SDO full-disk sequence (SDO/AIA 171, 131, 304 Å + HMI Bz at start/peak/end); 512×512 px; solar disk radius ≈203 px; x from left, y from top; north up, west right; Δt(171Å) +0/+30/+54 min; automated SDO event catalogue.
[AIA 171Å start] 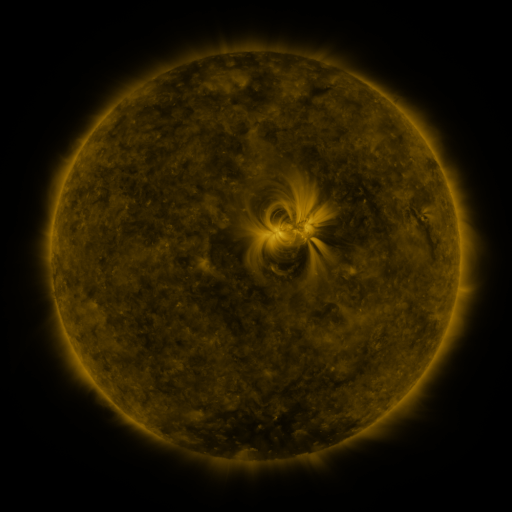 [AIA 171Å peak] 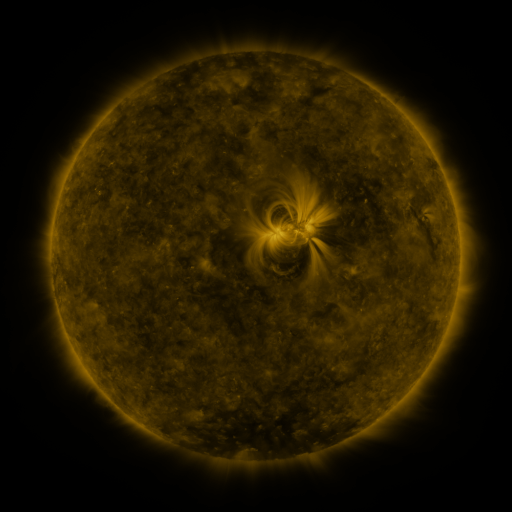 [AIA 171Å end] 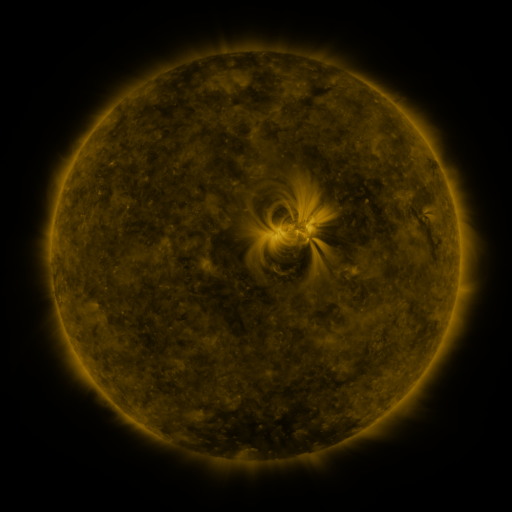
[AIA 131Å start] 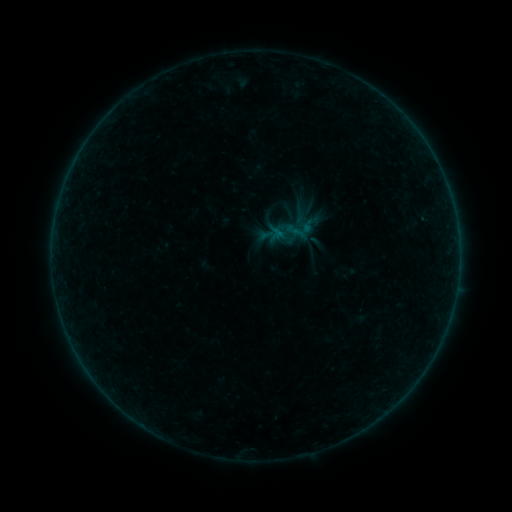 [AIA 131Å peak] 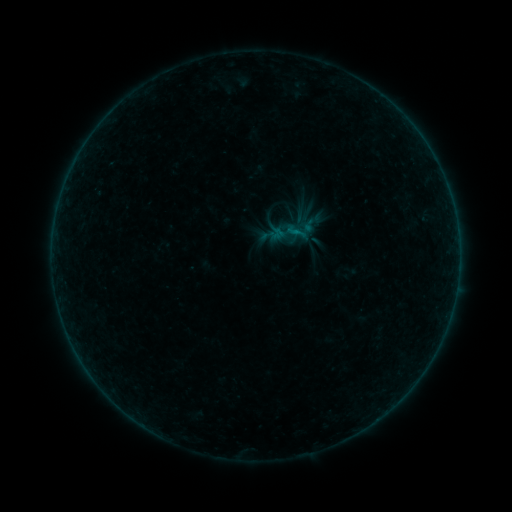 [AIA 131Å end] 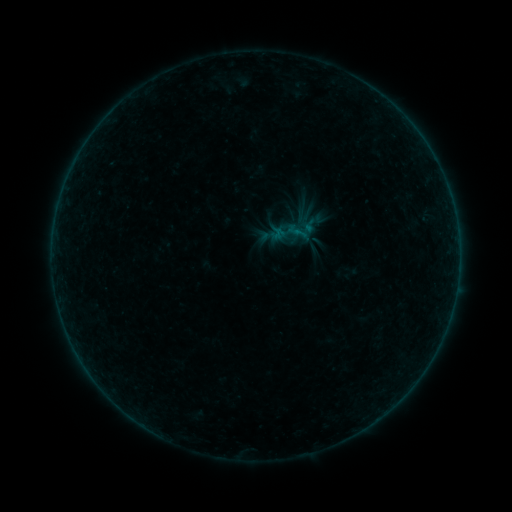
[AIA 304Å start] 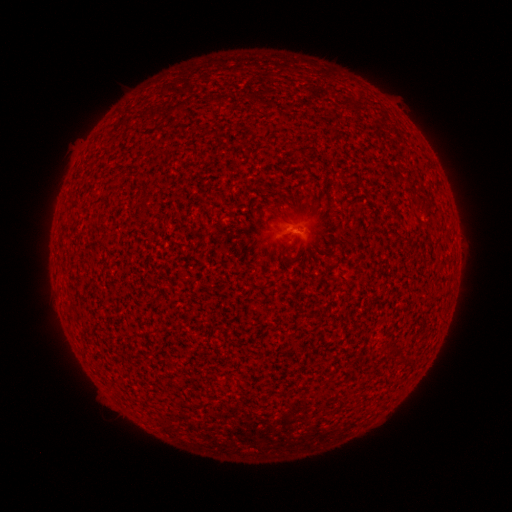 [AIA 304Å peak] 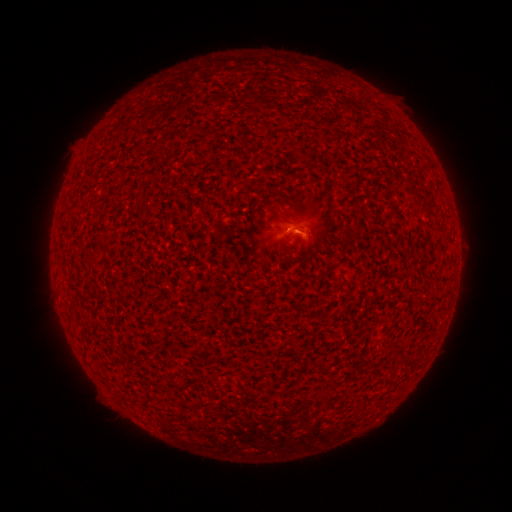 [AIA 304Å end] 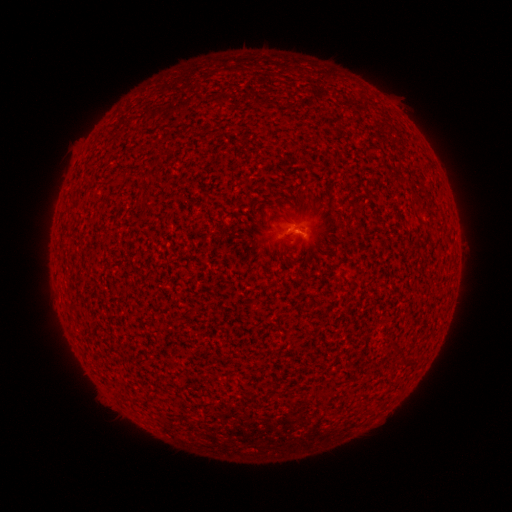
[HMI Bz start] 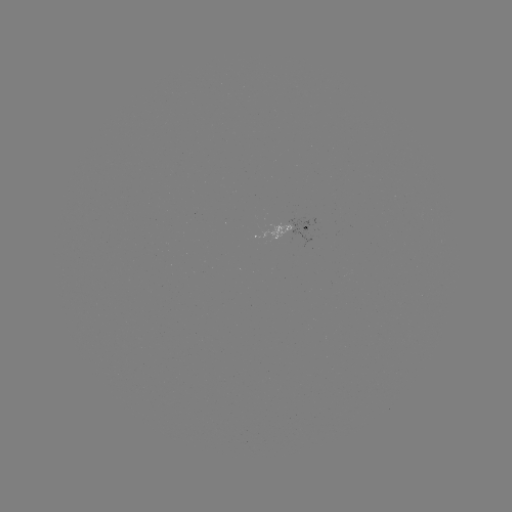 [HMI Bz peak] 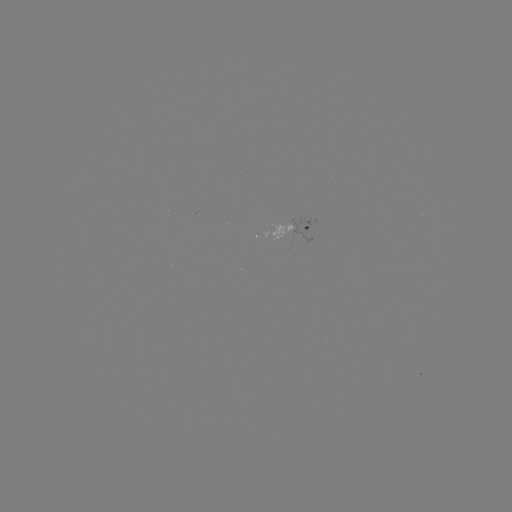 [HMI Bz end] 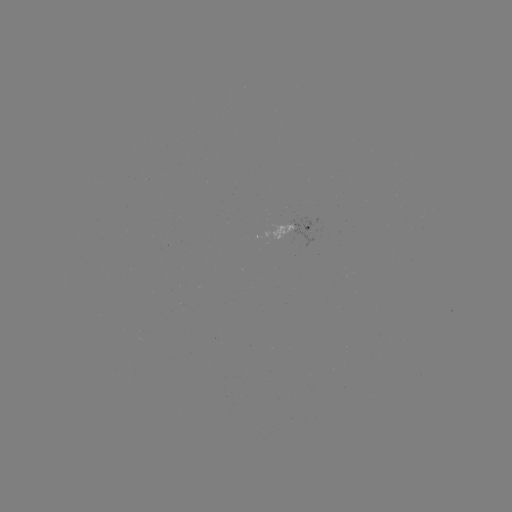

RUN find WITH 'B1.3 flare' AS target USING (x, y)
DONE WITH (291, 232) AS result